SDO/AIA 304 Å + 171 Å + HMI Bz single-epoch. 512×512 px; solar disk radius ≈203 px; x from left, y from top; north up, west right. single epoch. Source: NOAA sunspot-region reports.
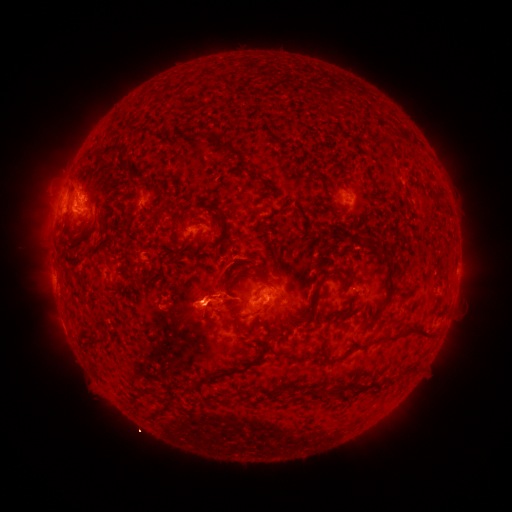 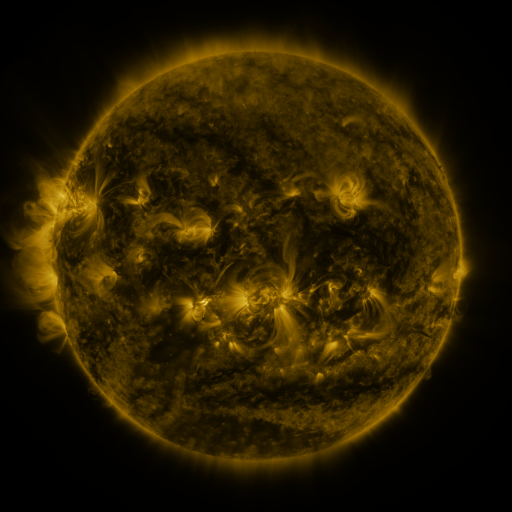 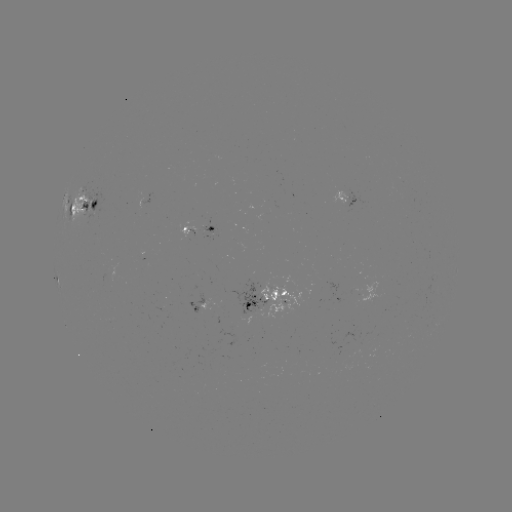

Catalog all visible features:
spotted active region: (85, 207)
spotted active region: (350, 209)
spotted active region: (203, 229)
spotted active region: (266, 289)
spotted active region: (204, 296)
